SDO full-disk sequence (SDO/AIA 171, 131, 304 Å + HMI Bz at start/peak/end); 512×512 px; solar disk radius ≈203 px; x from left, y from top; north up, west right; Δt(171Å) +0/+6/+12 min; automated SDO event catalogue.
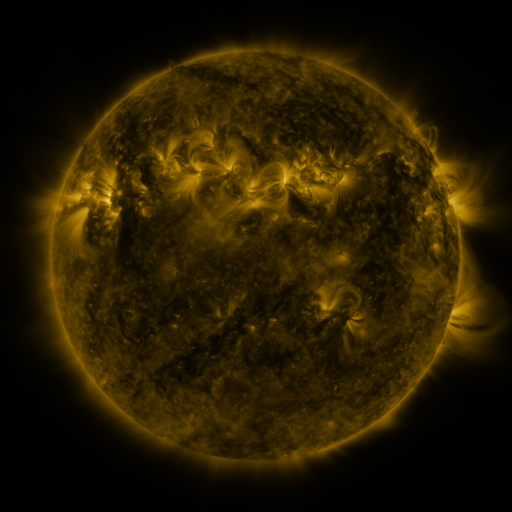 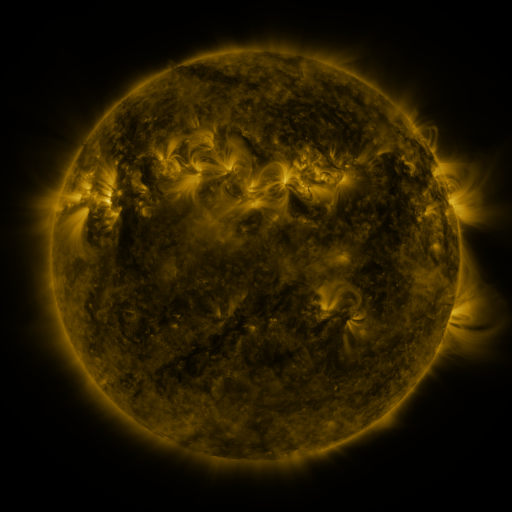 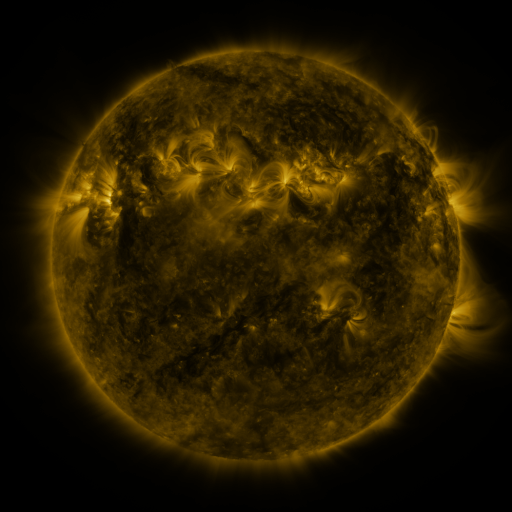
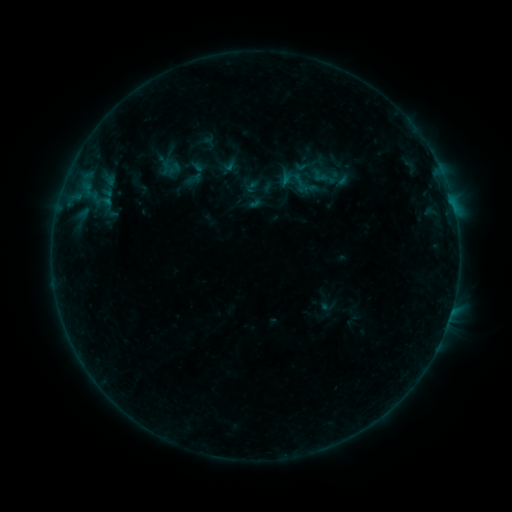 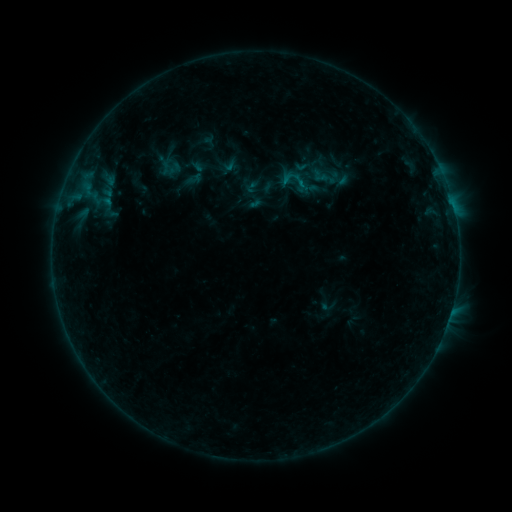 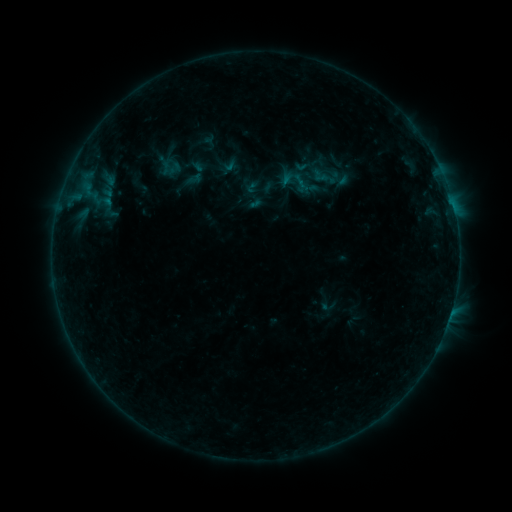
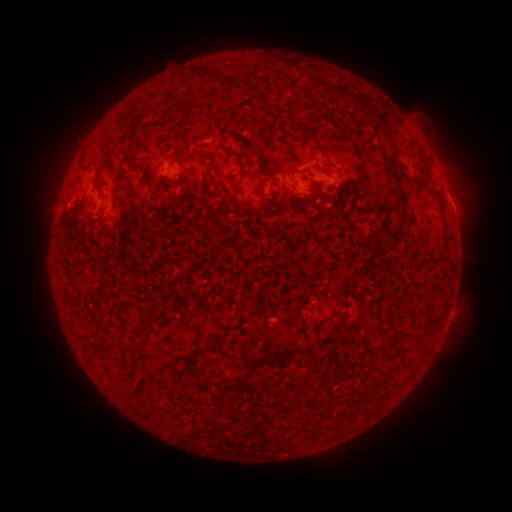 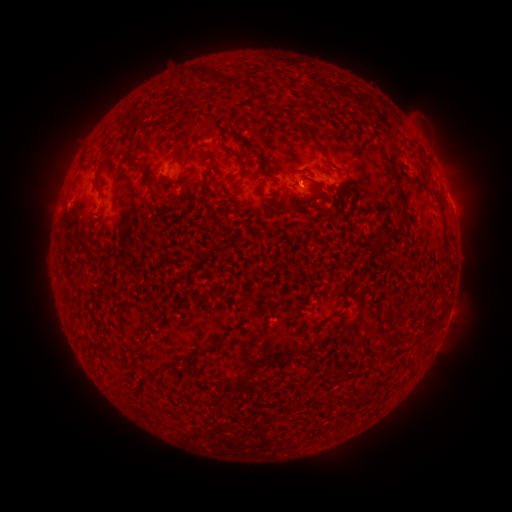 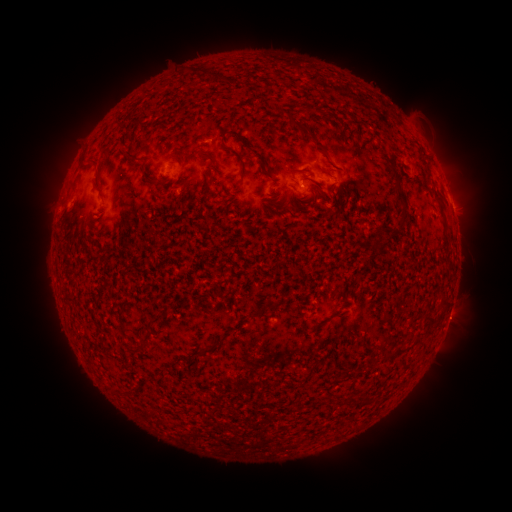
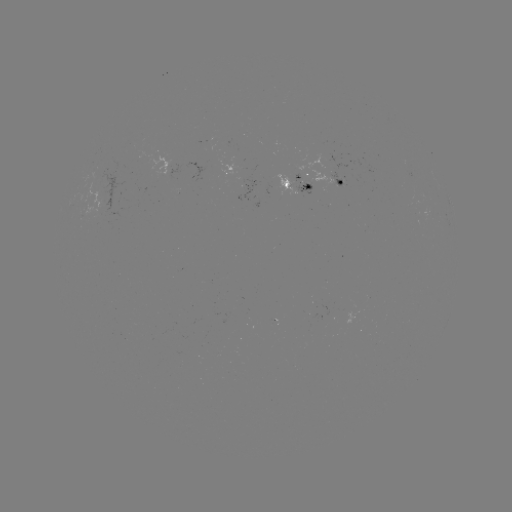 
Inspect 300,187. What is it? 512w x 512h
B2.6 flare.